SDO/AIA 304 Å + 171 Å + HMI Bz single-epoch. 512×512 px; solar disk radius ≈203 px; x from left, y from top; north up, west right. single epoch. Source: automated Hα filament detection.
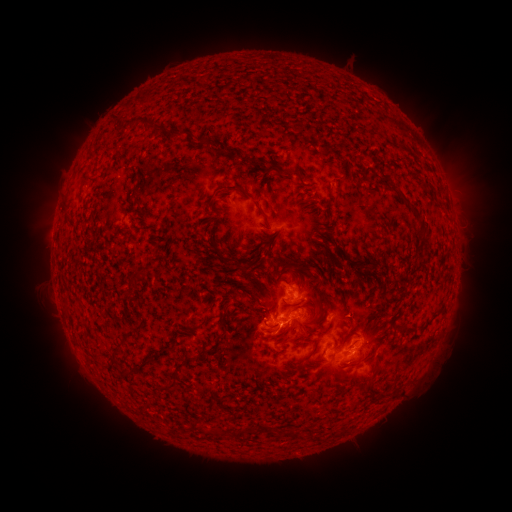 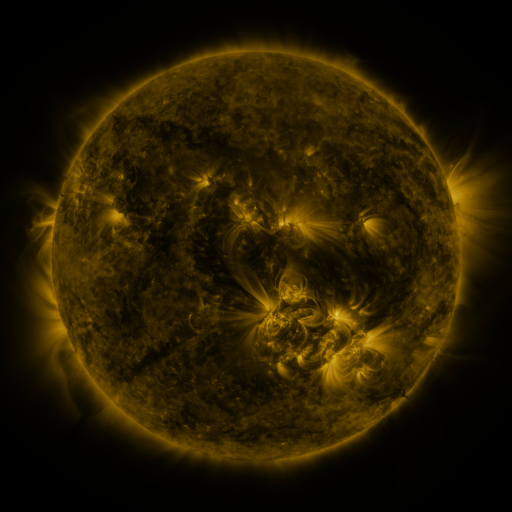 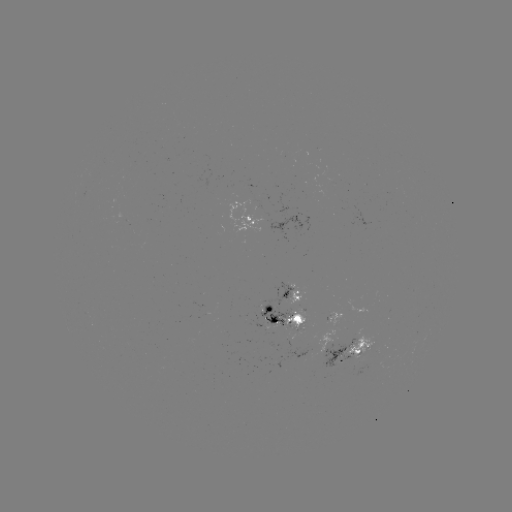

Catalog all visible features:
filament: (131, 126)
filament: (155, 130)
filament: (172, 134)
filament: (216, 154)
filament: (288, 172)
filament: (239, 189)
filament: (335, 197)
filament: (414, 207)
filament: (211, 219)
filament: (424, 228)
filament: (262, 255)
filament: (236, 261)
filament: (285, 265)
filament: (305, 270)
filament: (140, 272)
filament: (209, 314)
filament: (223, 317)
filament: (315, 319)
filament: (314, 351)
filament: (182, 365)
filament: (139, 367)
filament: (376, 369)
filament: (171, 387)
filament: (268, 428)
filament: (220, 431)
